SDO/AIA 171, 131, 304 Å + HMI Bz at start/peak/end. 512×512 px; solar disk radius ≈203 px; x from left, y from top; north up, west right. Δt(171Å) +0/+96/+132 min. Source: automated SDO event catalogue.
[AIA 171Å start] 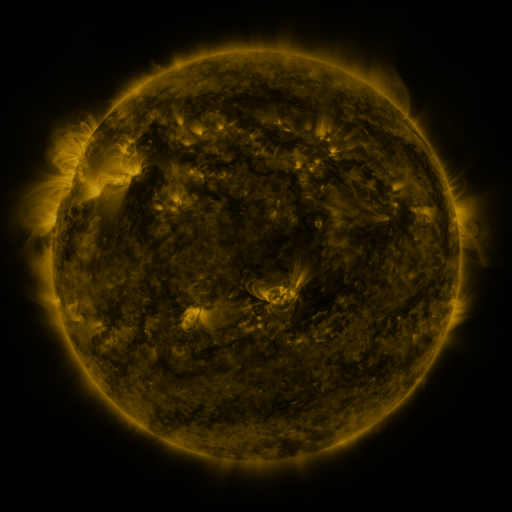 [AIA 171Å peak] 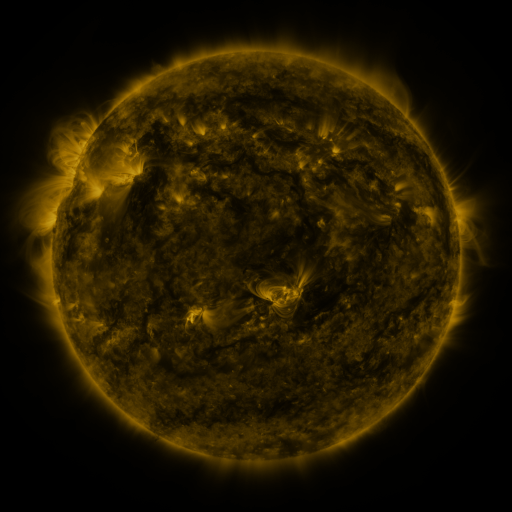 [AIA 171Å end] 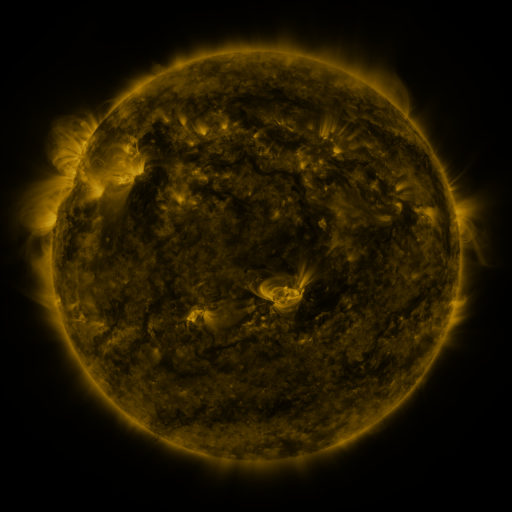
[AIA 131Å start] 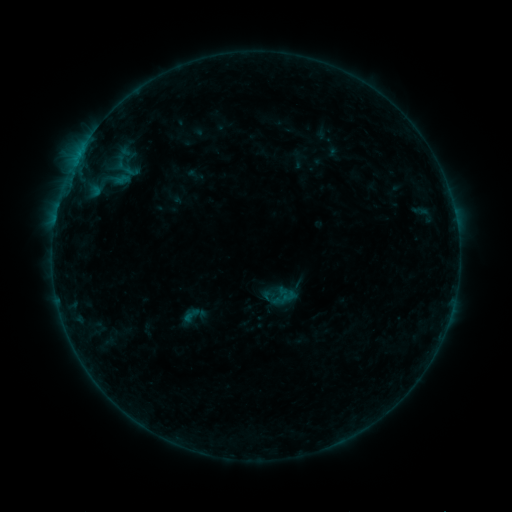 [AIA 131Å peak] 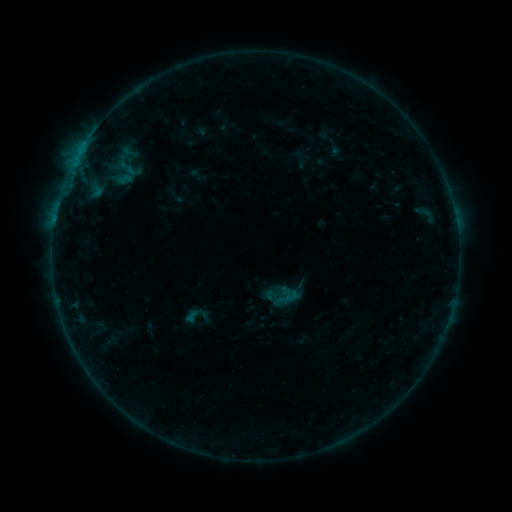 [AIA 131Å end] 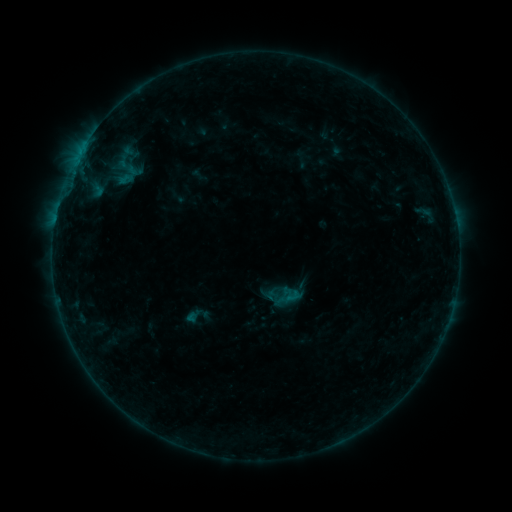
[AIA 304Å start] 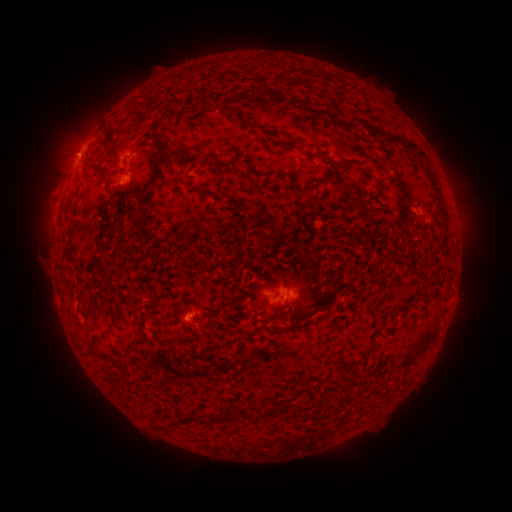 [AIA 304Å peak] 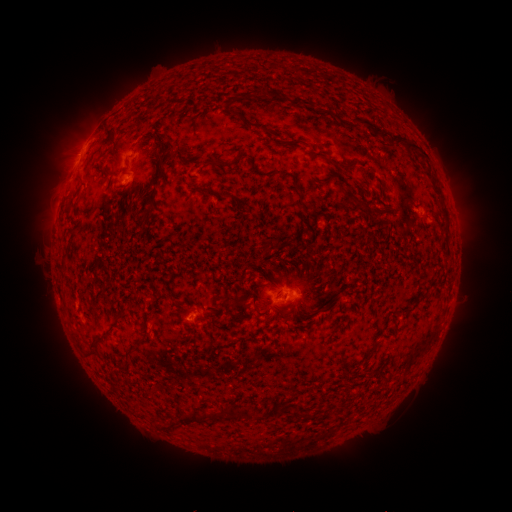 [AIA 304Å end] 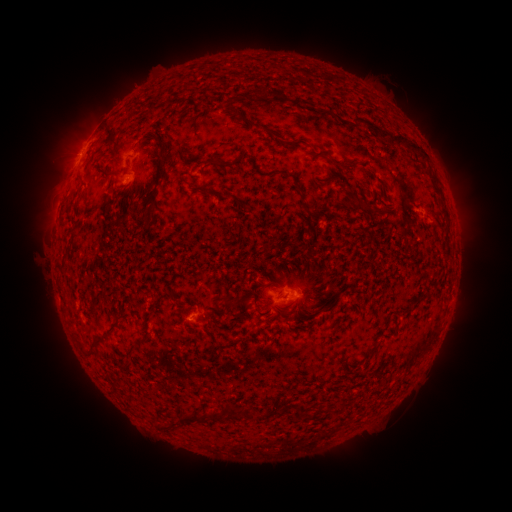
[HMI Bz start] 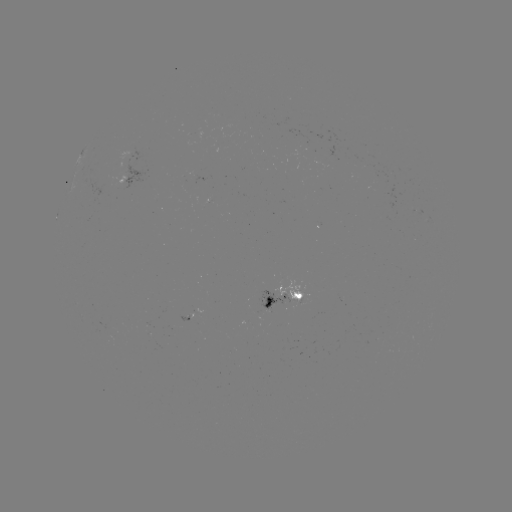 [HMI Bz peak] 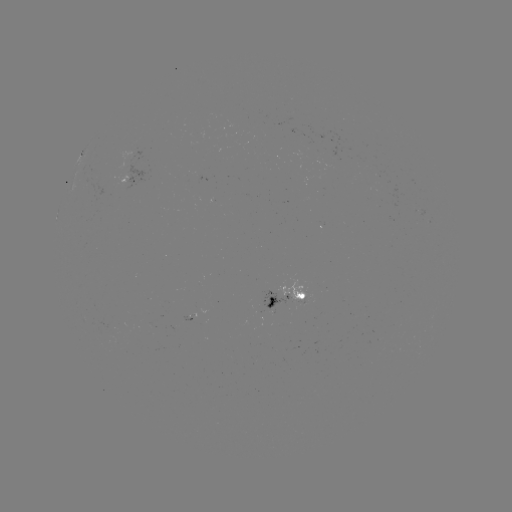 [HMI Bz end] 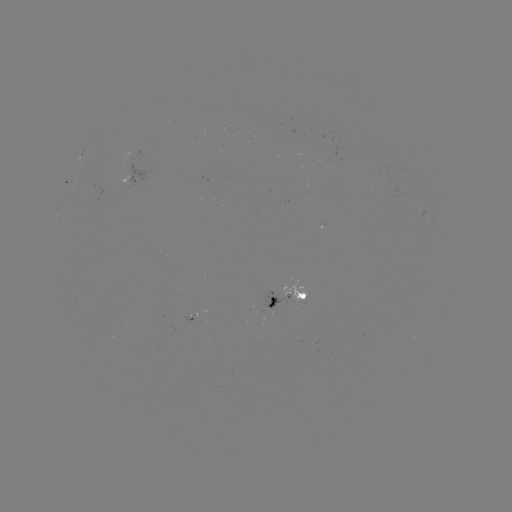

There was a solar emerging-flux region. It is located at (257, 309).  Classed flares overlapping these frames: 1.